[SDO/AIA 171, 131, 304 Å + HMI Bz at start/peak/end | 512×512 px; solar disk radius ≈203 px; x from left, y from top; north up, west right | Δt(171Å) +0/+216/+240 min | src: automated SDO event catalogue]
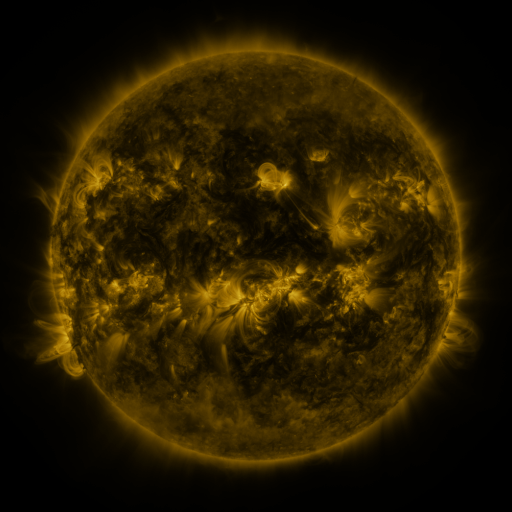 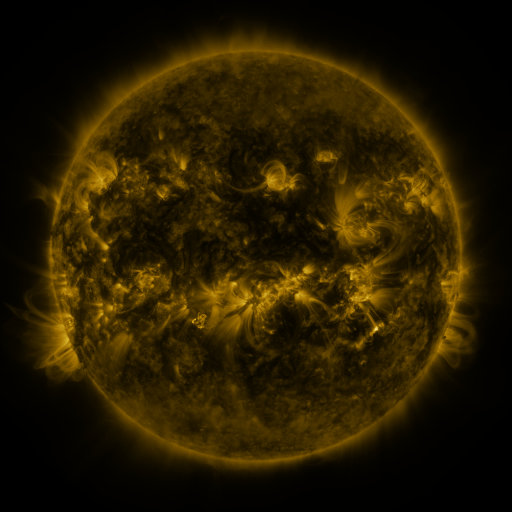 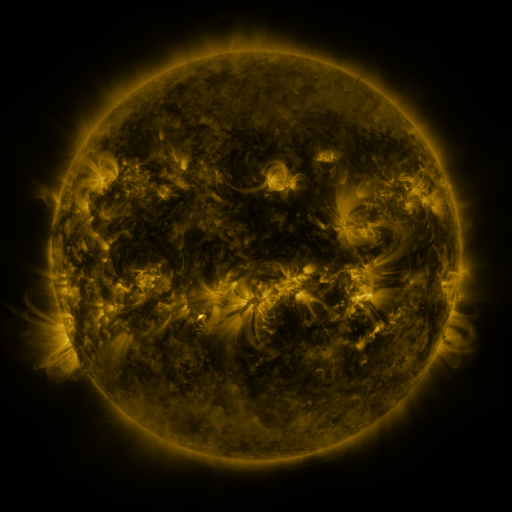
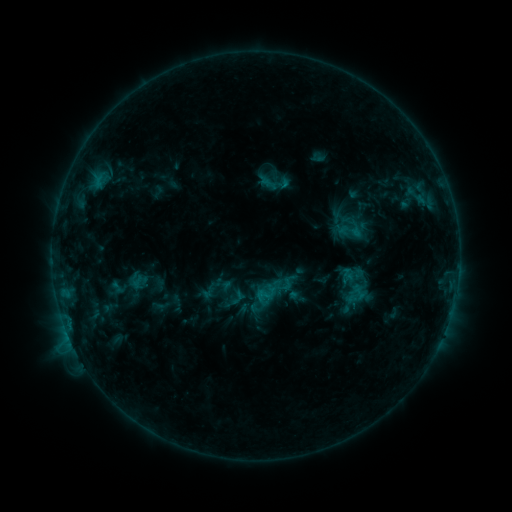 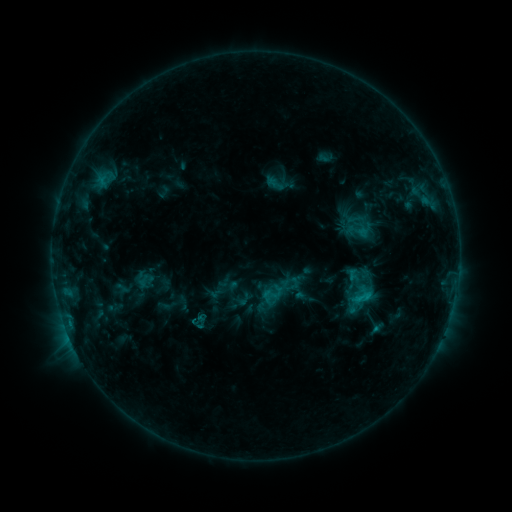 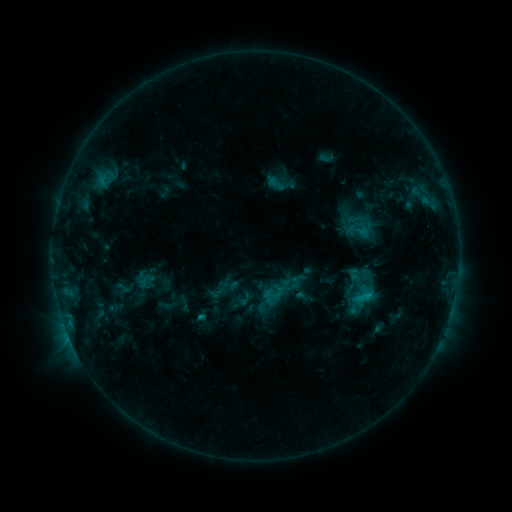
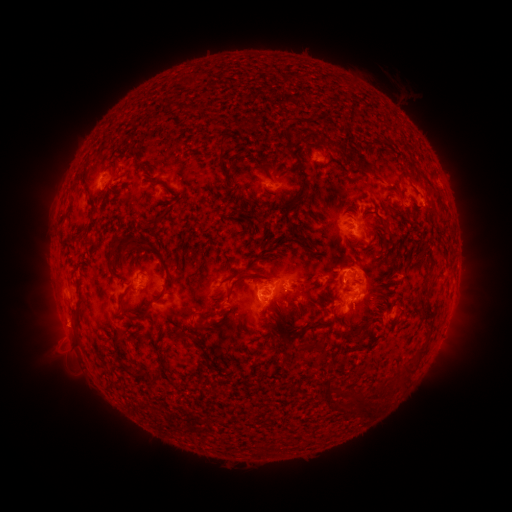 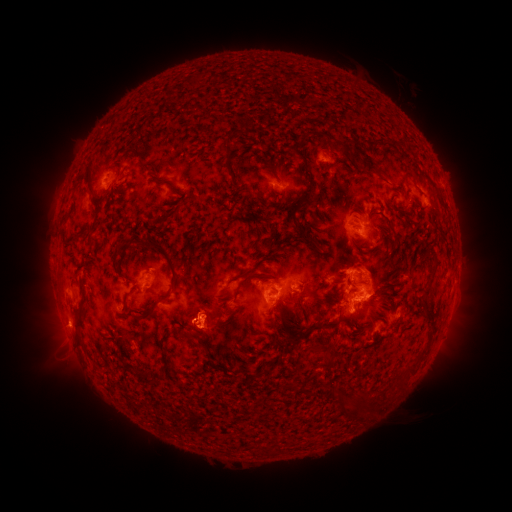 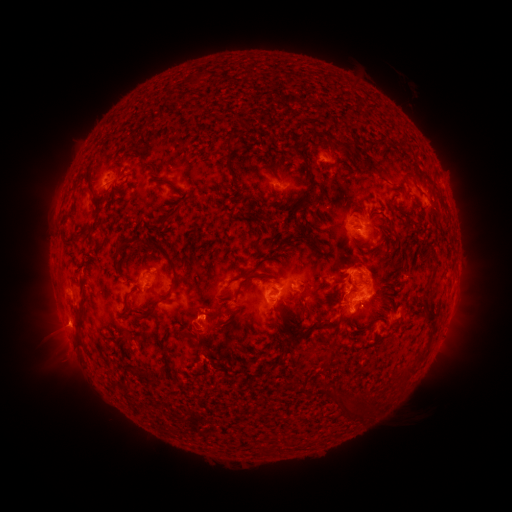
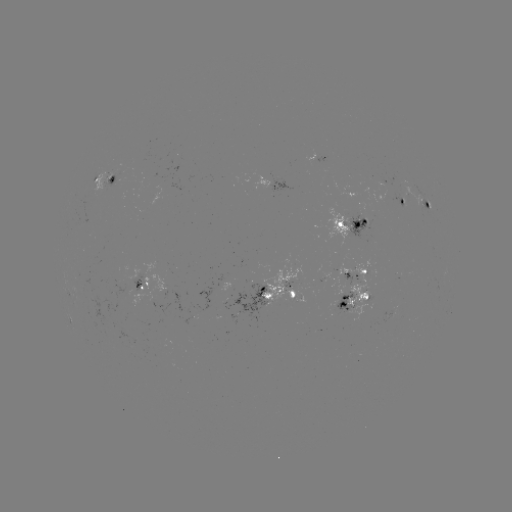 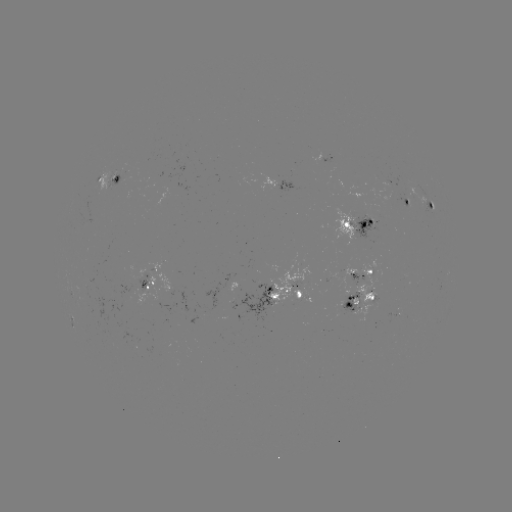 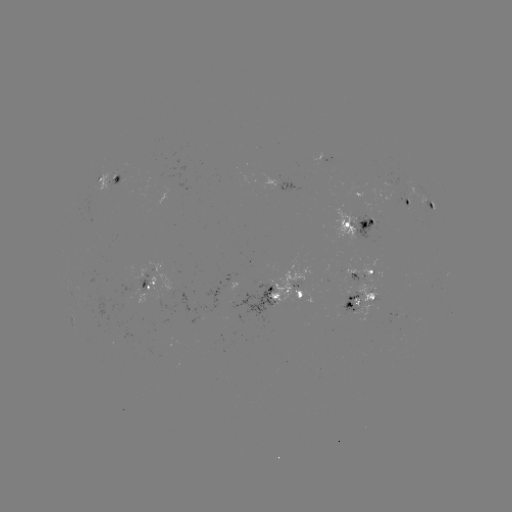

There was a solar emerging-flux region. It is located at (368, 223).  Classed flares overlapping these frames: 2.